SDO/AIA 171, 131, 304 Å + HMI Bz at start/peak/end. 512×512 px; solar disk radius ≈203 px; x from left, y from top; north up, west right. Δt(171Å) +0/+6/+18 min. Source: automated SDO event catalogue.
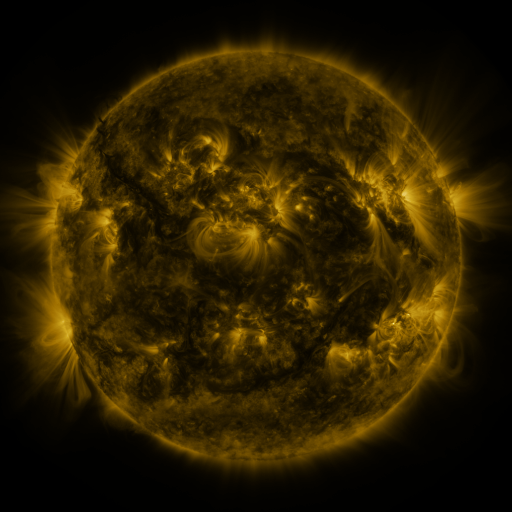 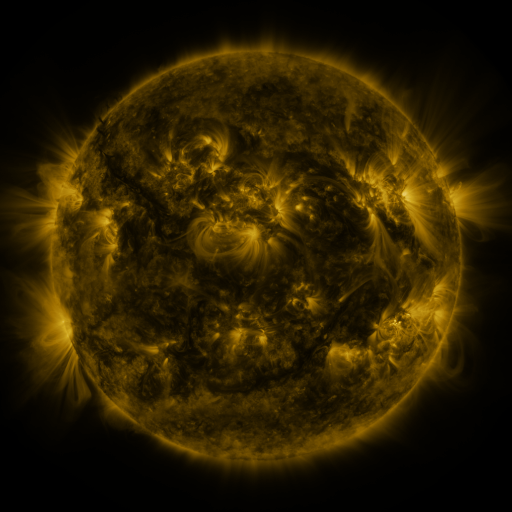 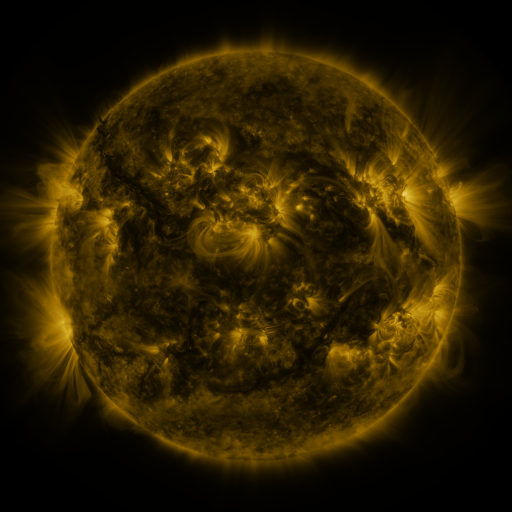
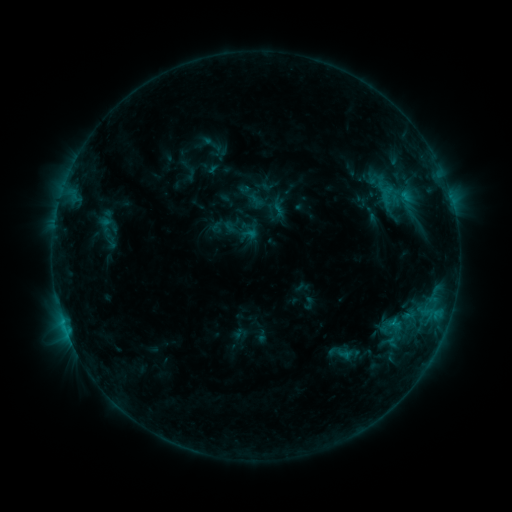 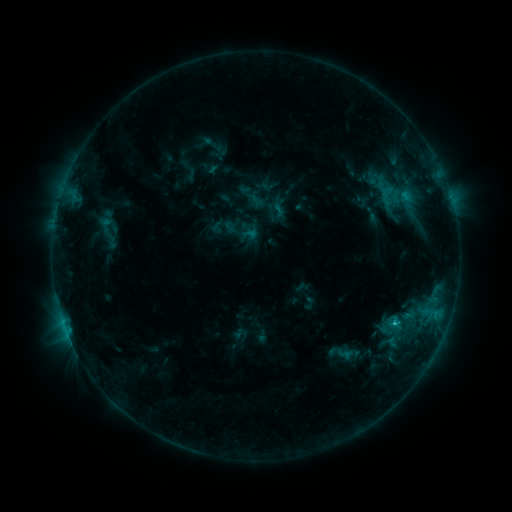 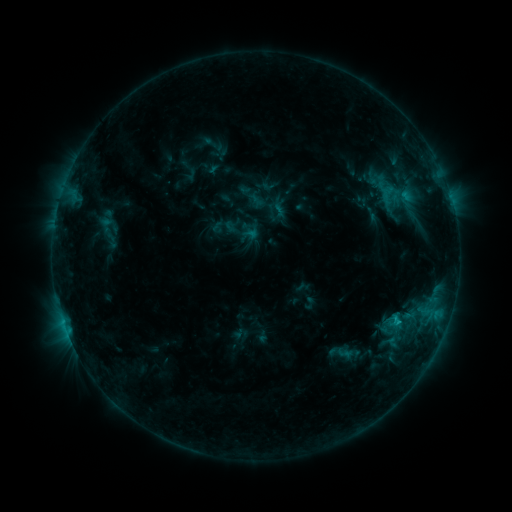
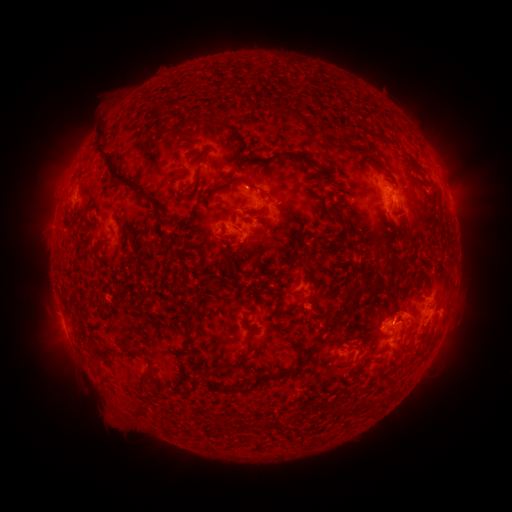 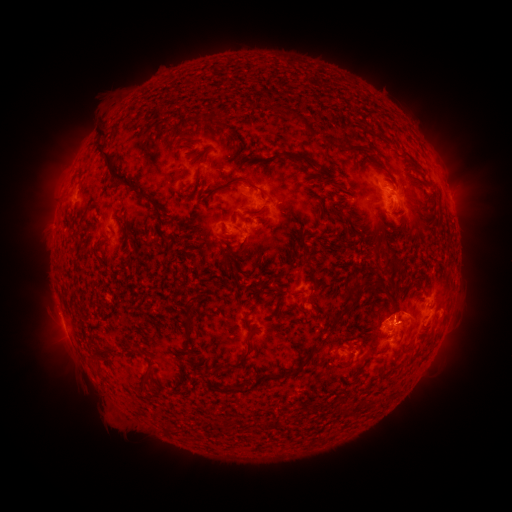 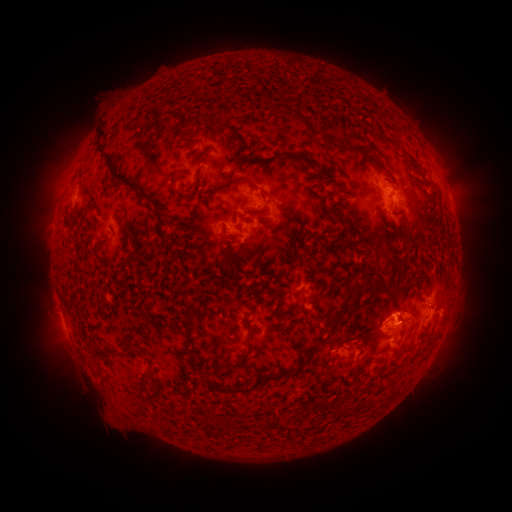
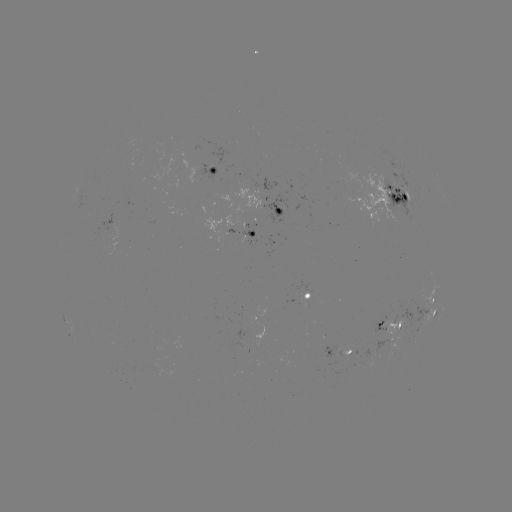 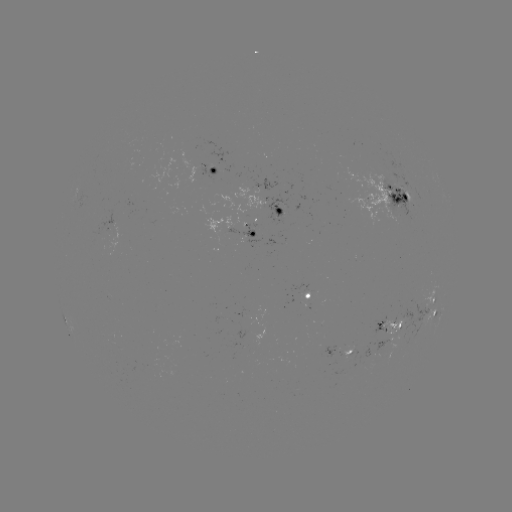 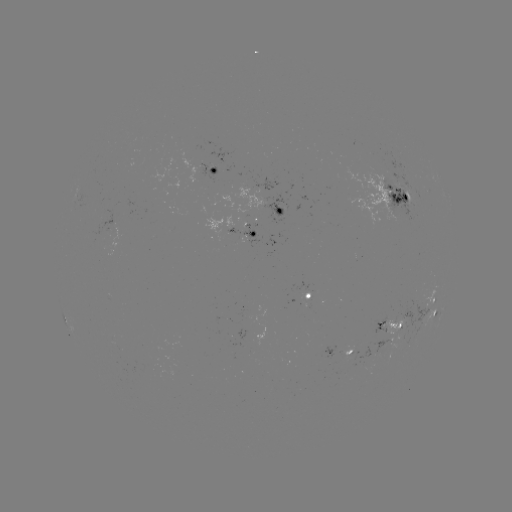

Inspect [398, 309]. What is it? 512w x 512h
eruption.